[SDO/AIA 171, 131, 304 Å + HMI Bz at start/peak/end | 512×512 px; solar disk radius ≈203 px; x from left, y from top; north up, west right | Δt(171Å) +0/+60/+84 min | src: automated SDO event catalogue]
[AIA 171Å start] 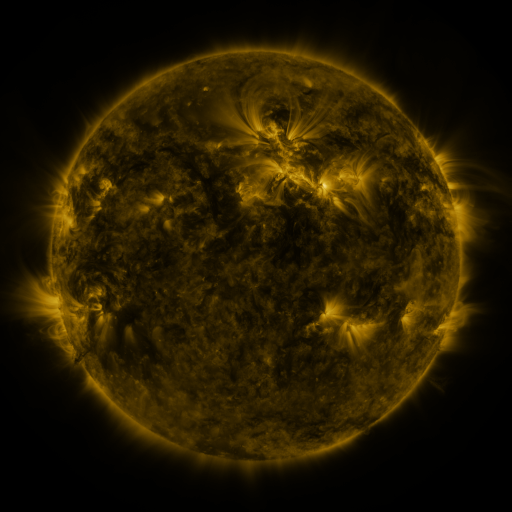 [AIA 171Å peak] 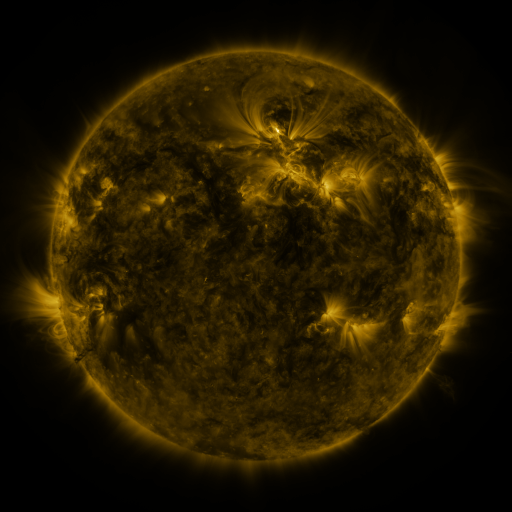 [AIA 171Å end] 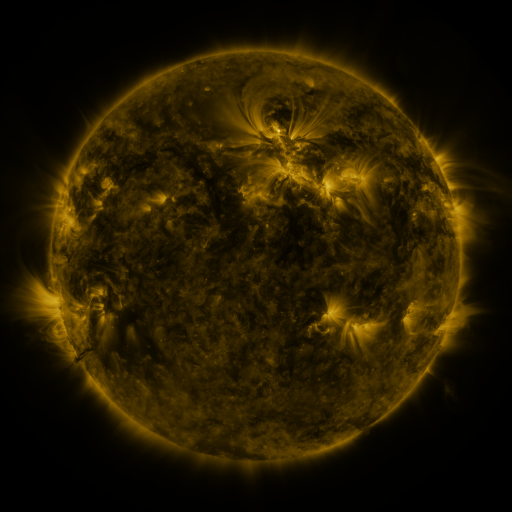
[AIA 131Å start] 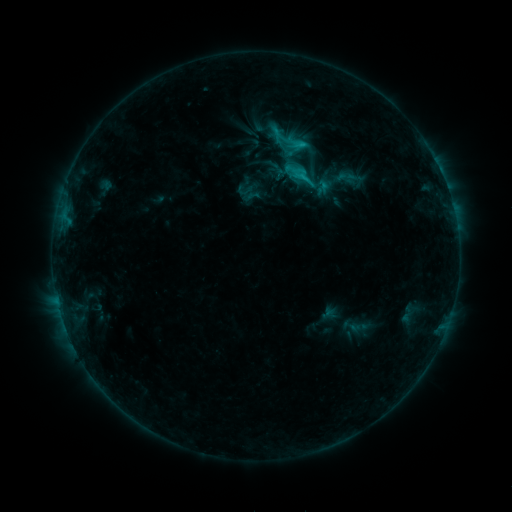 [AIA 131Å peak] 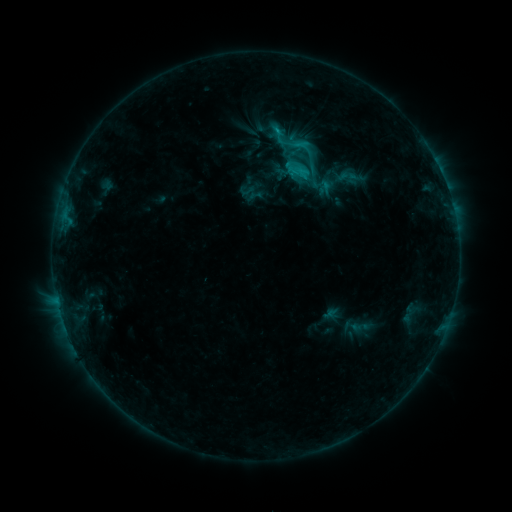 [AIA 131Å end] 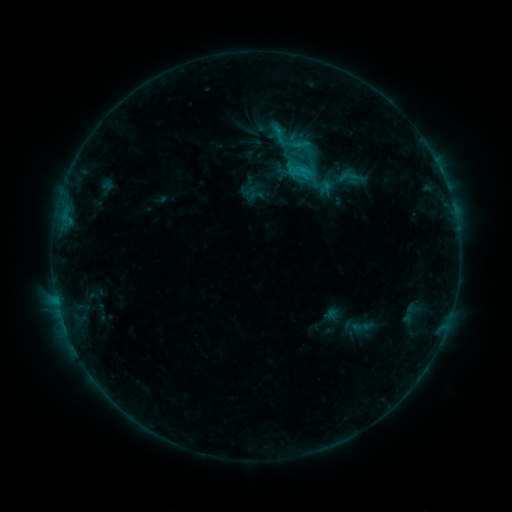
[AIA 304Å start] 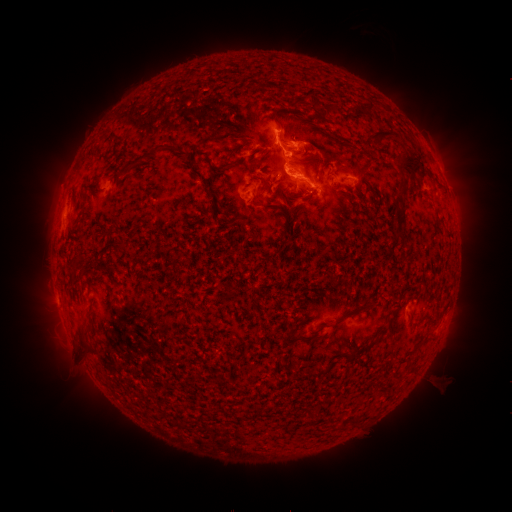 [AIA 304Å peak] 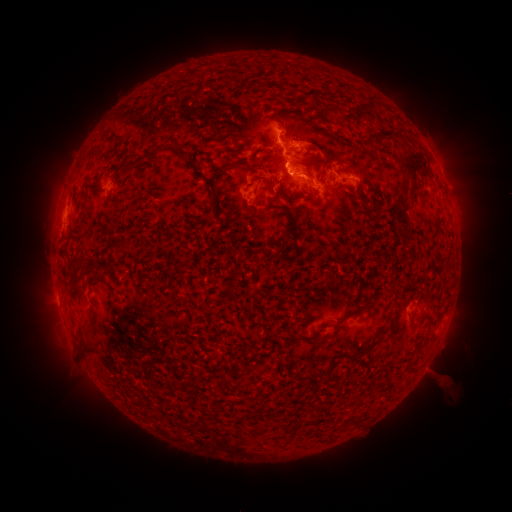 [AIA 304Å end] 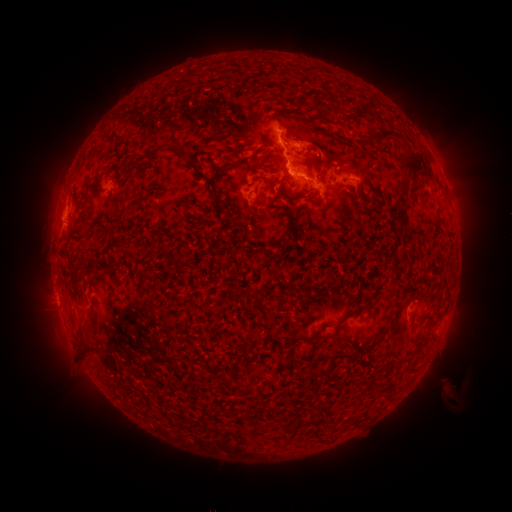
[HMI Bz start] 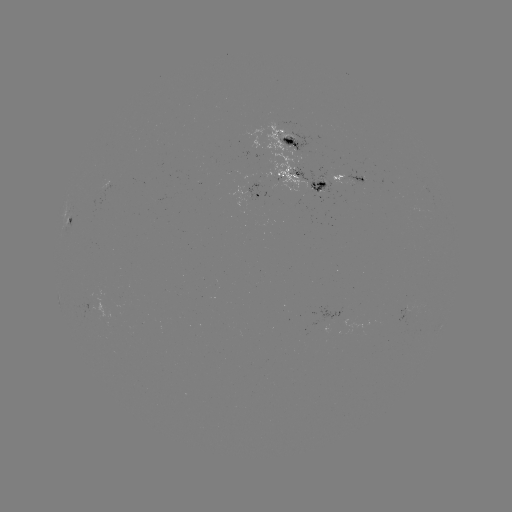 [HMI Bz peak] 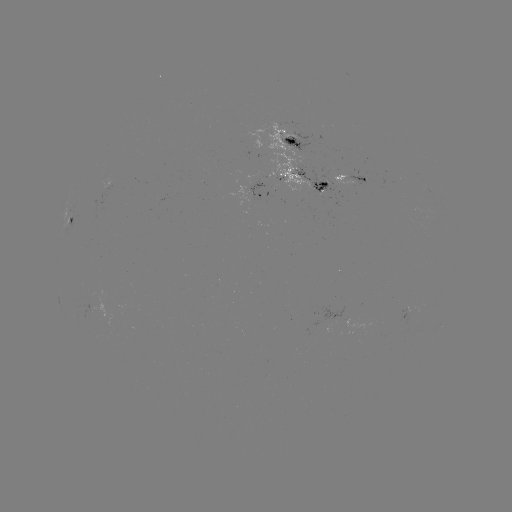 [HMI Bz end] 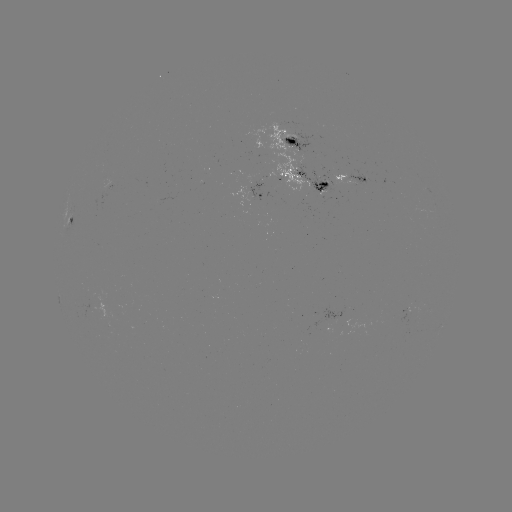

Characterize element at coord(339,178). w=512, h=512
emerging-flux region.